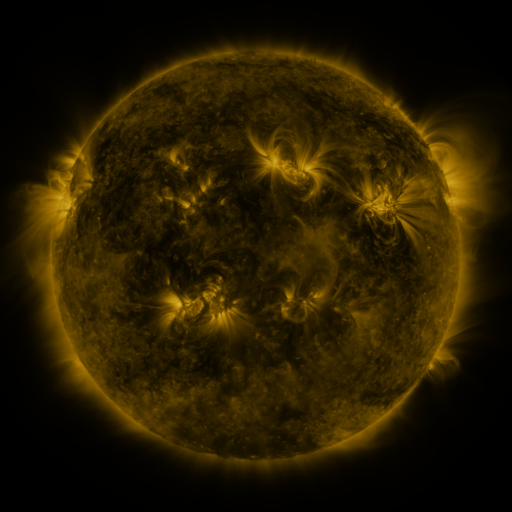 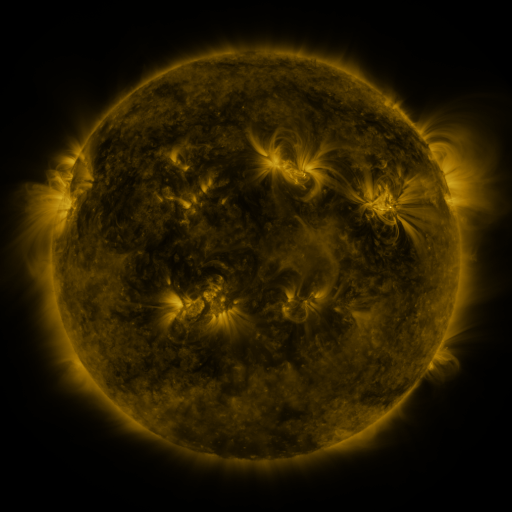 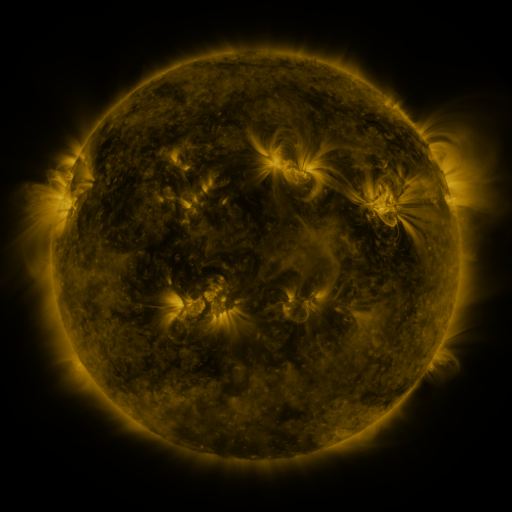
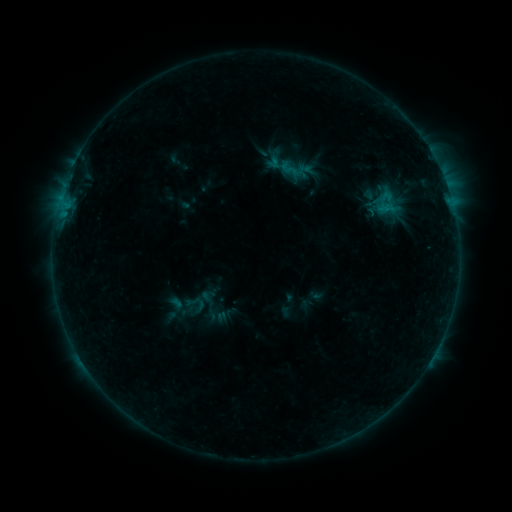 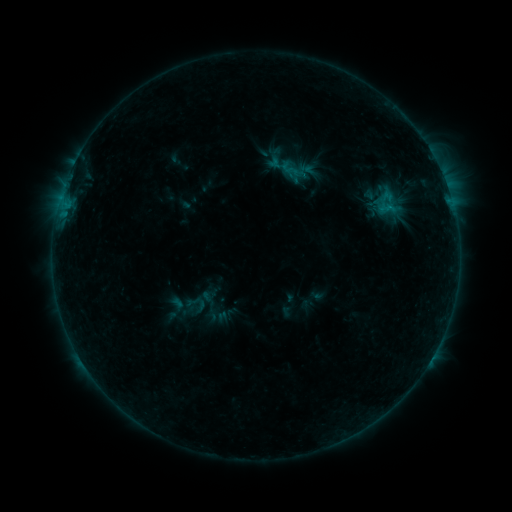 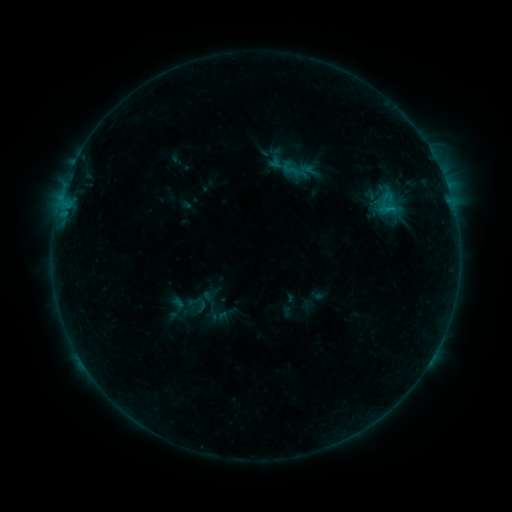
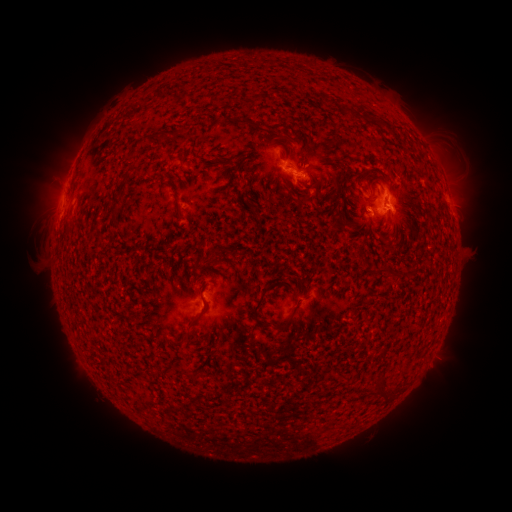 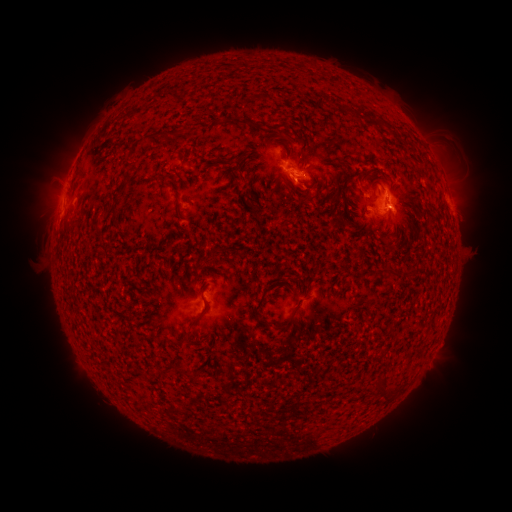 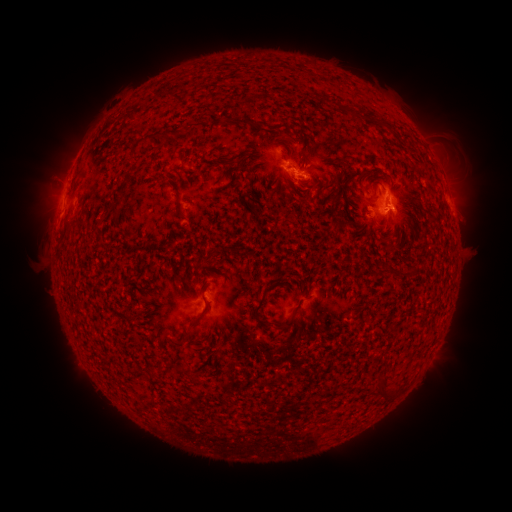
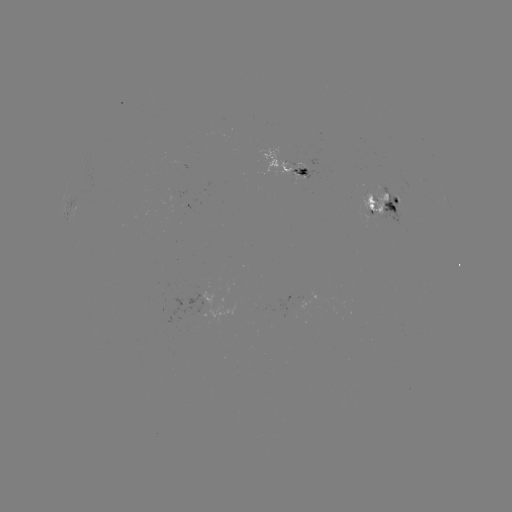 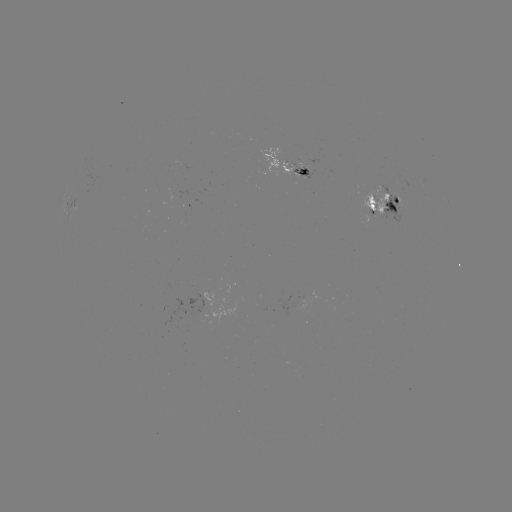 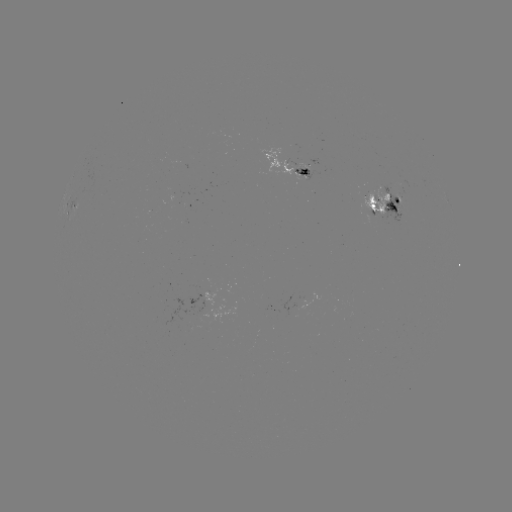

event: emerging-flux region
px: (282, 161)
